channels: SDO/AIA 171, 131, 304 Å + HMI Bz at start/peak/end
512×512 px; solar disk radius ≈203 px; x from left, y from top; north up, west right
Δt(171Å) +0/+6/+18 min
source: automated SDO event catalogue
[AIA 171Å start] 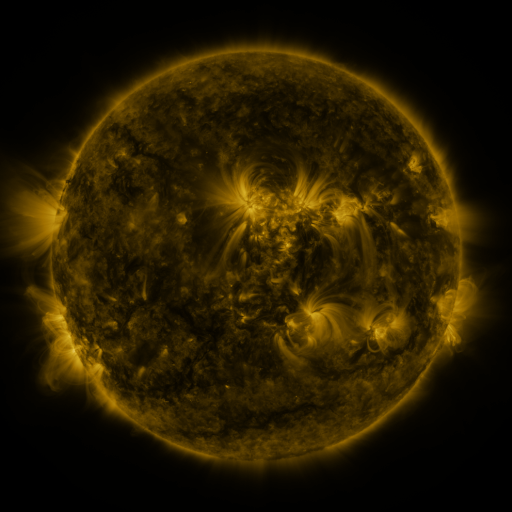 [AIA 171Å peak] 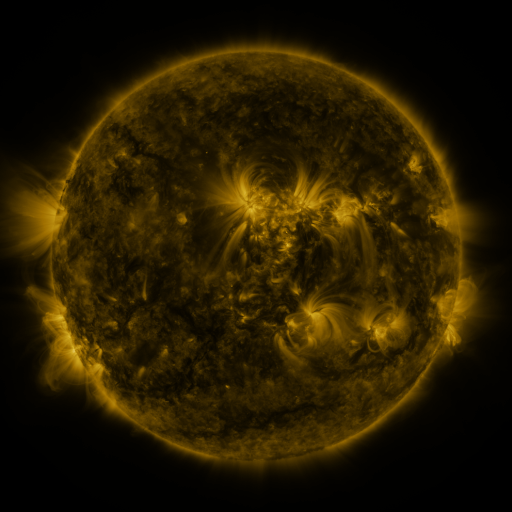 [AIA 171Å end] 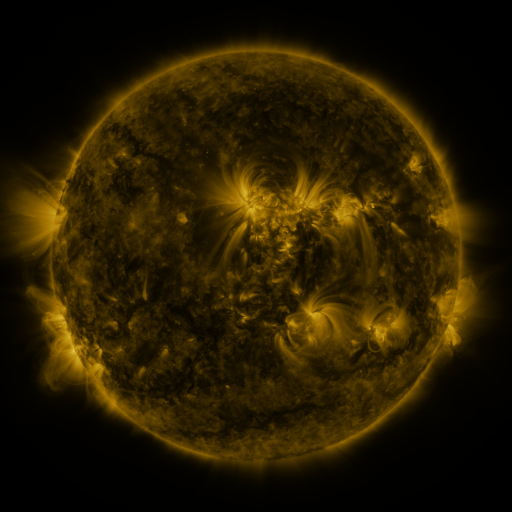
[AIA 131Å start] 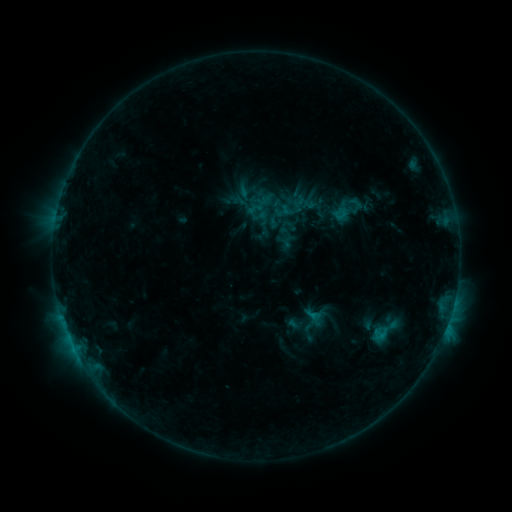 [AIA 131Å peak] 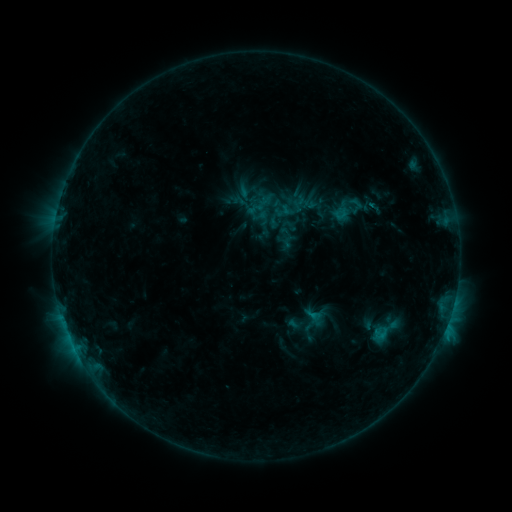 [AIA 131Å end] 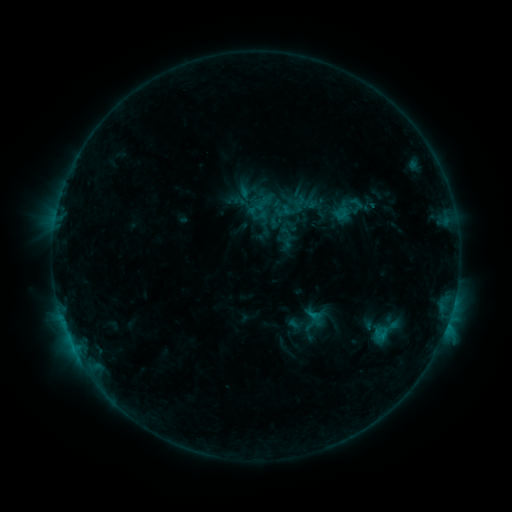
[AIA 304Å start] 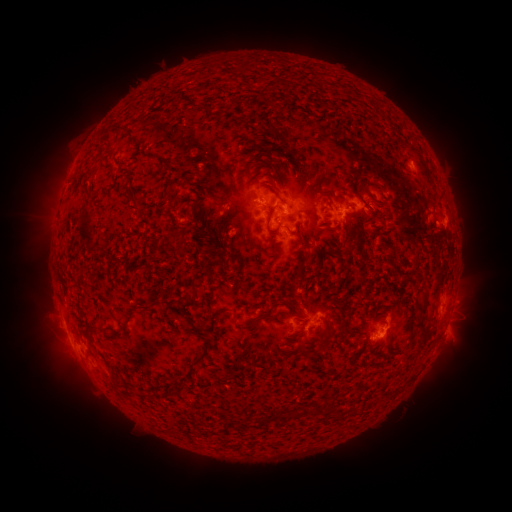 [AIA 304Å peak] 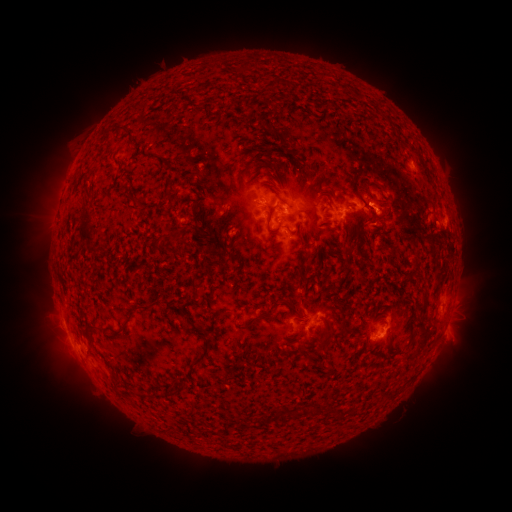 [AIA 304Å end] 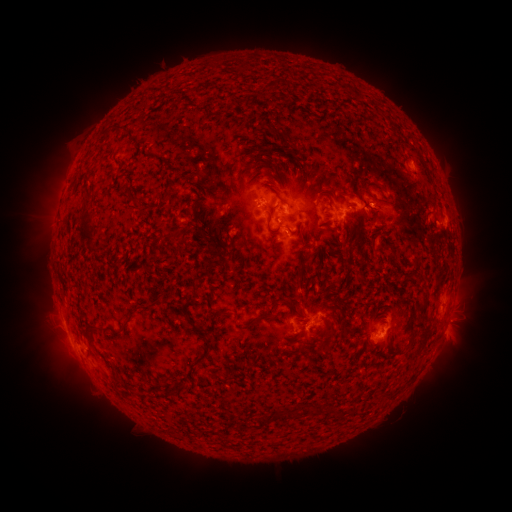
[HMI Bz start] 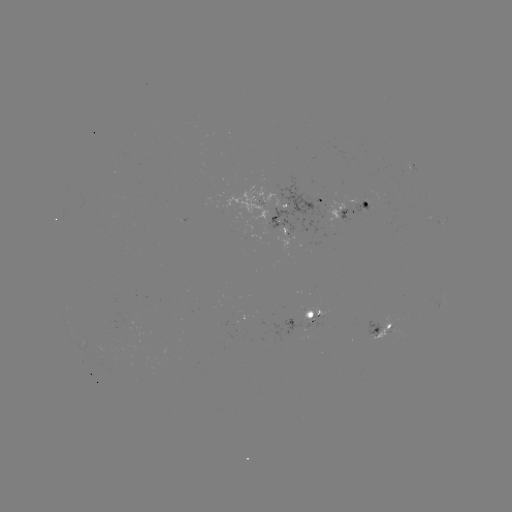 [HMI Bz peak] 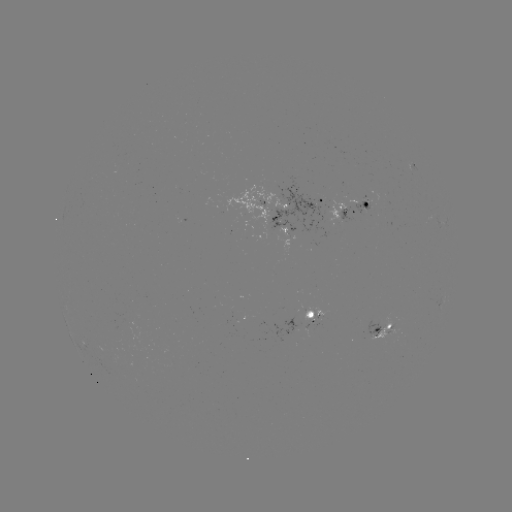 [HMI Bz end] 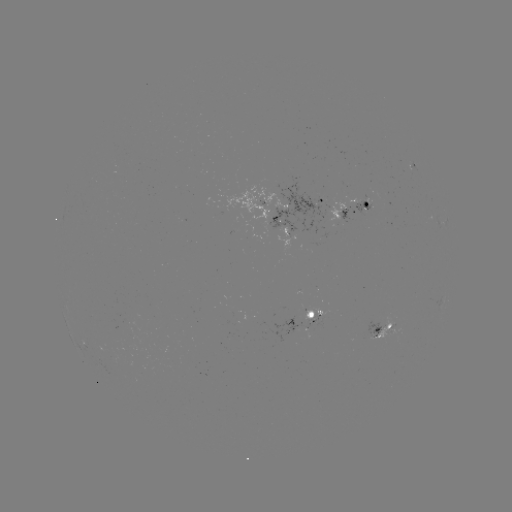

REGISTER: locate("eruption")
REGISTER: (390, 209)